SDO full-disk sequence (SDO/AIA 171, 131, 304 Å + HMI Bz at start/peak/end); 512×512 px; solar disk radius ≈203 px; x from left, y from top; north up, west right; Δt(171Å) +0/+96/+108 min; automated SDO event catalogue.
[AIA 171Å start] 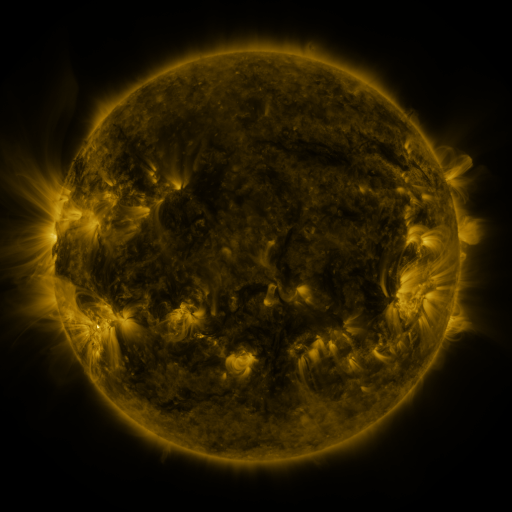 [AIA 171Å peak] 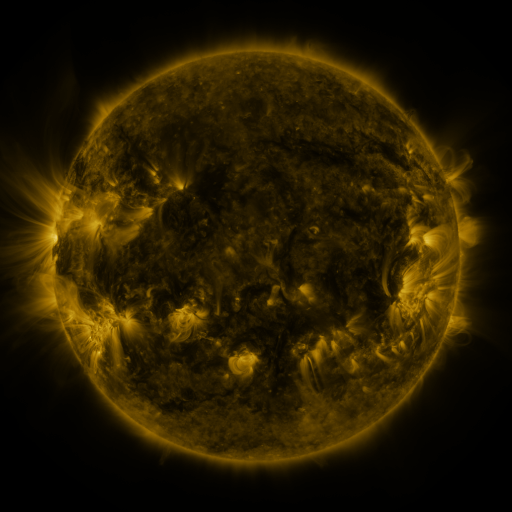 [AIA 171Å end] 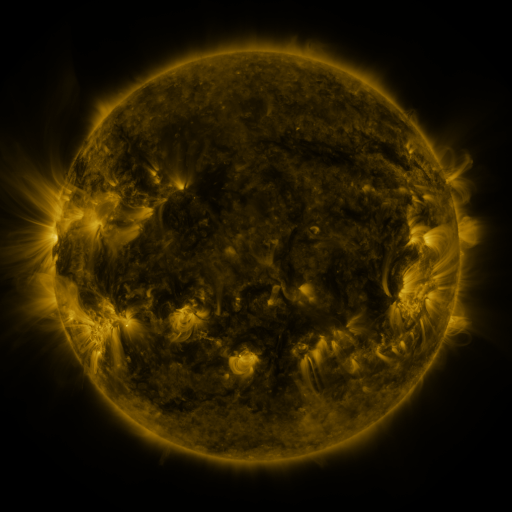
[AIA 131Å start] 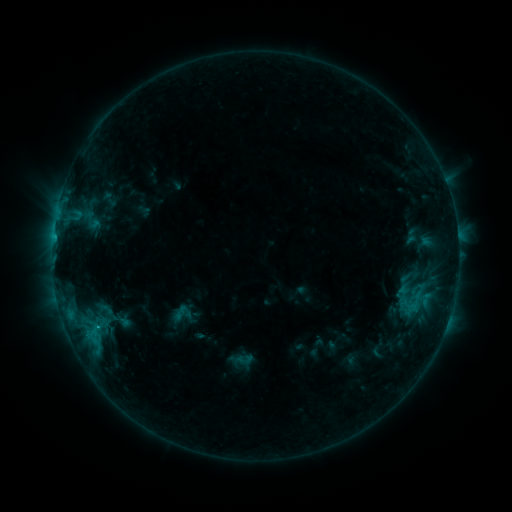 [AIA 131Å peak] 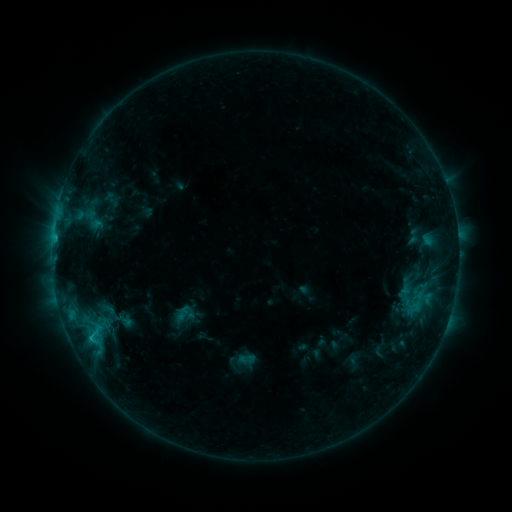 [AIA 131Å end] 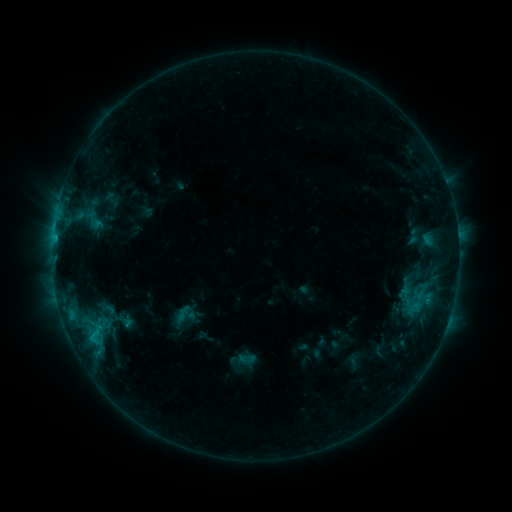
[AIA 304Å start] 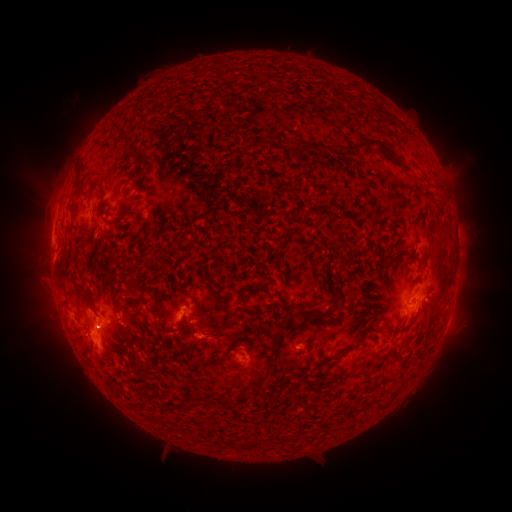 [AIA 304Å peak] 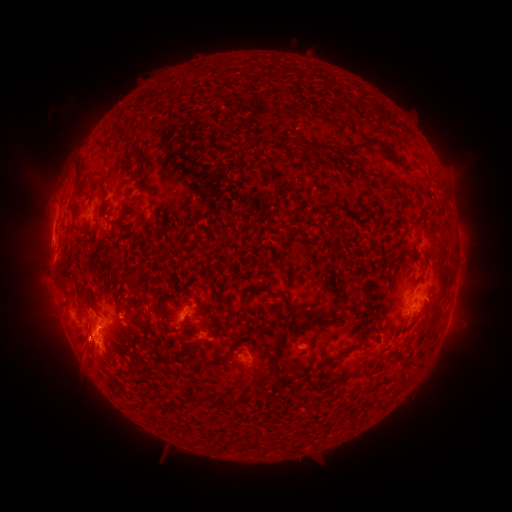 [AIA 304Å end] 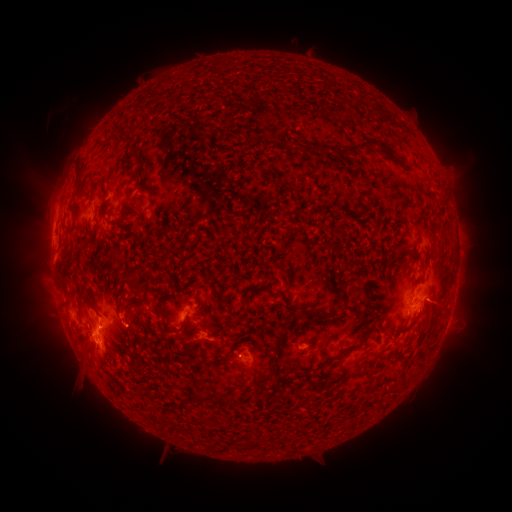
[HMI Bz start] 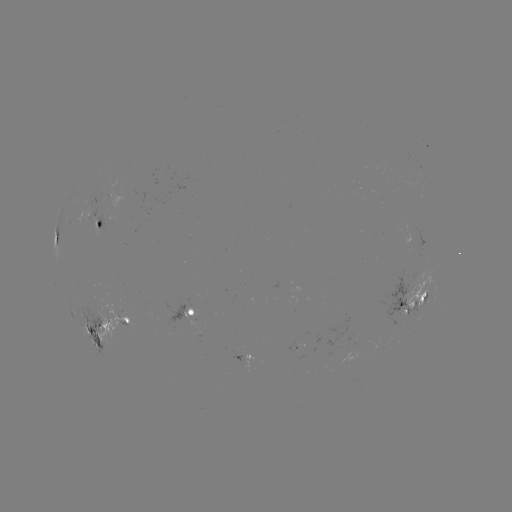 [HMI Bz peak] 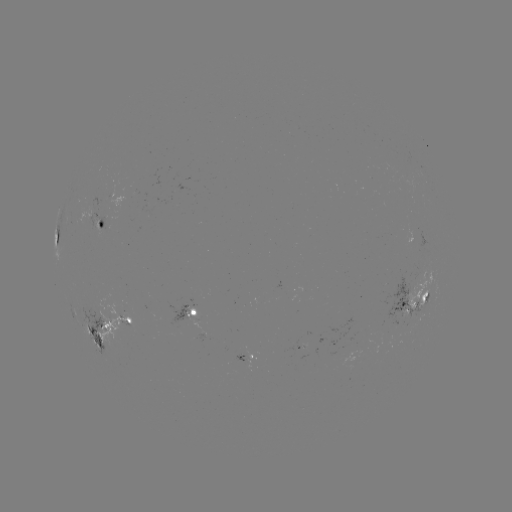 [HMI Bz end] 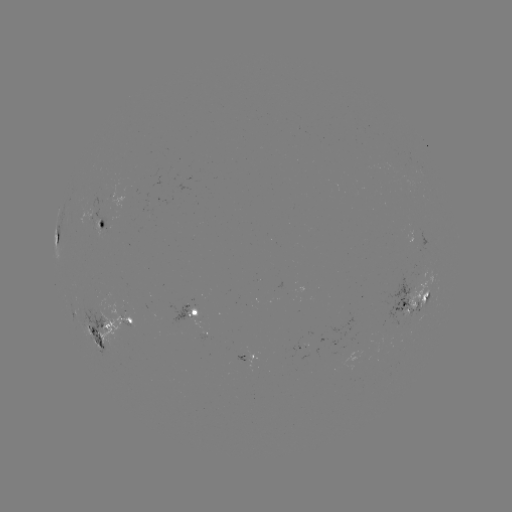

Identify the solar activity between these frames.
emerging-flux region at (407, 307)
